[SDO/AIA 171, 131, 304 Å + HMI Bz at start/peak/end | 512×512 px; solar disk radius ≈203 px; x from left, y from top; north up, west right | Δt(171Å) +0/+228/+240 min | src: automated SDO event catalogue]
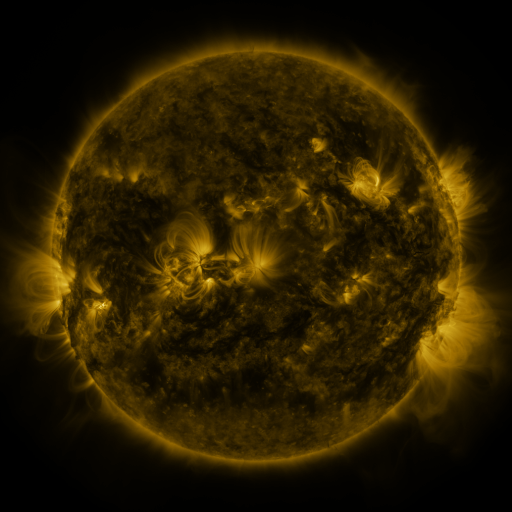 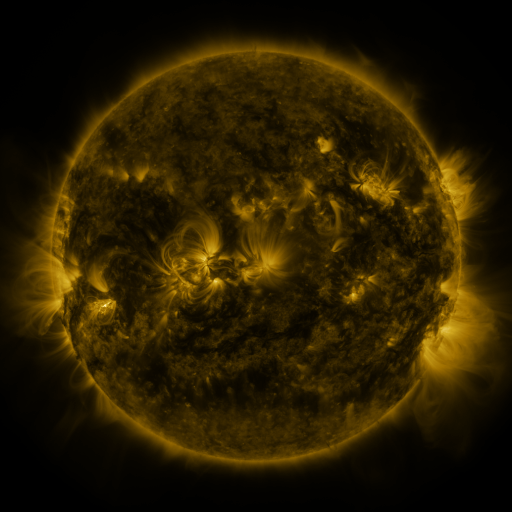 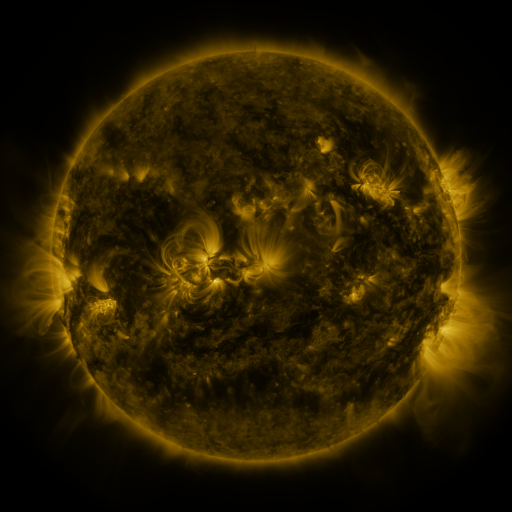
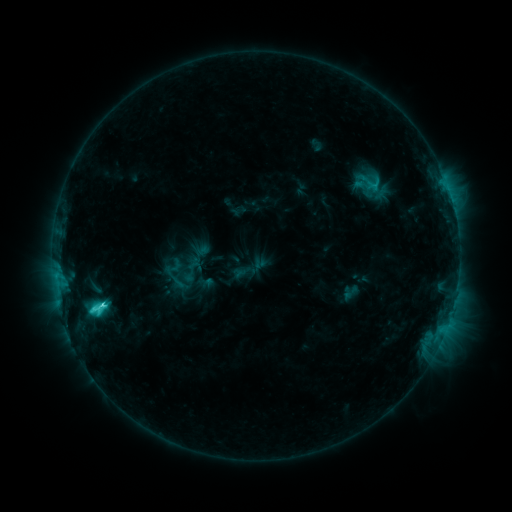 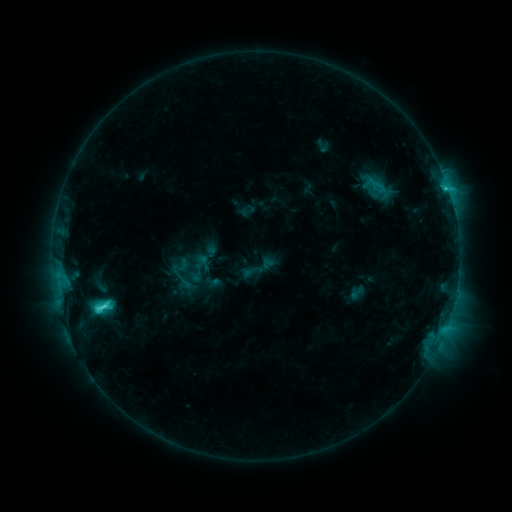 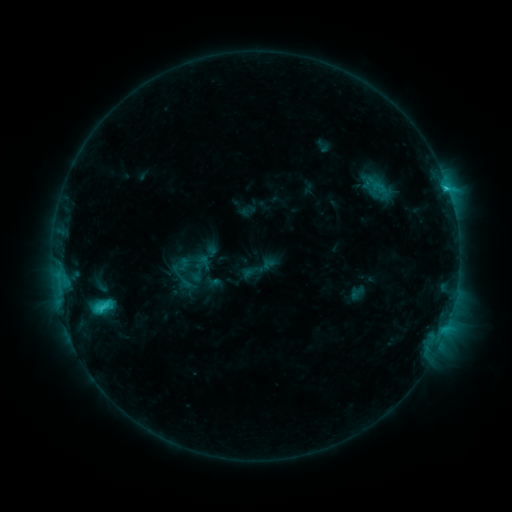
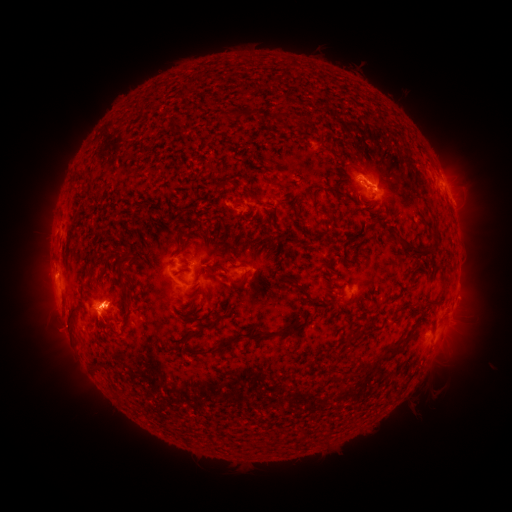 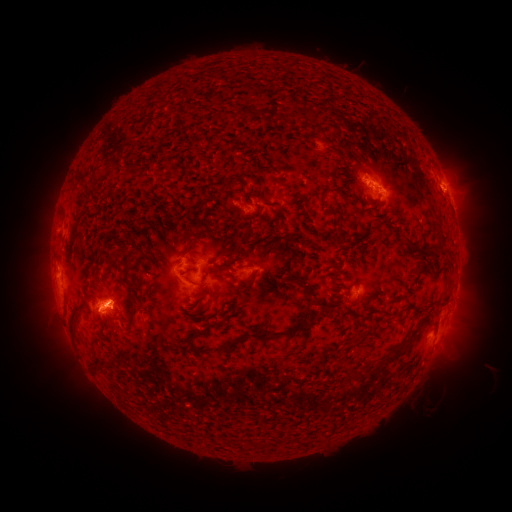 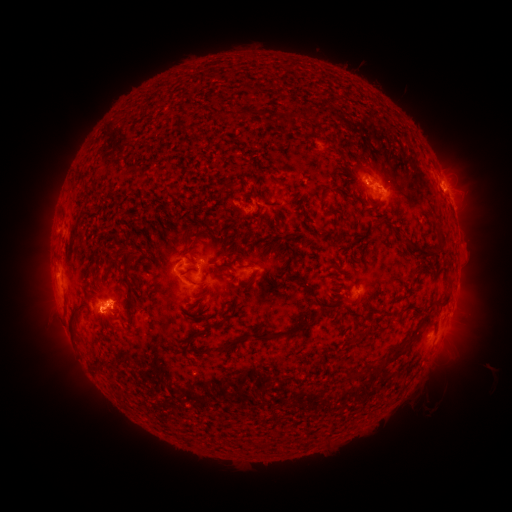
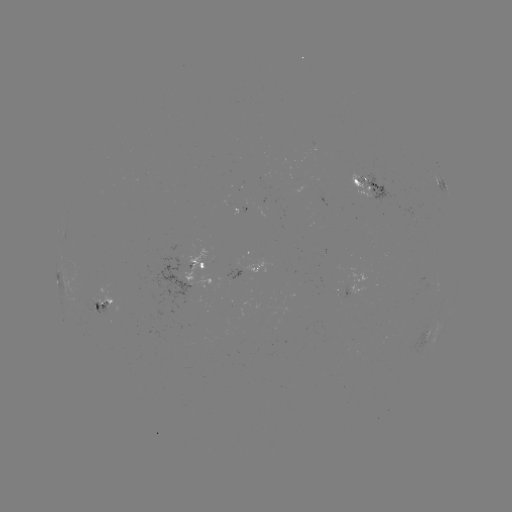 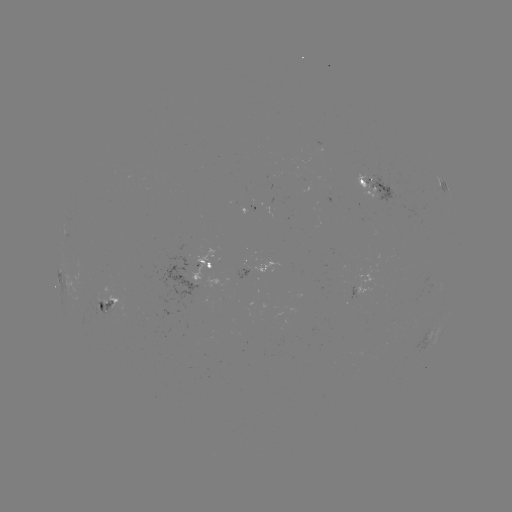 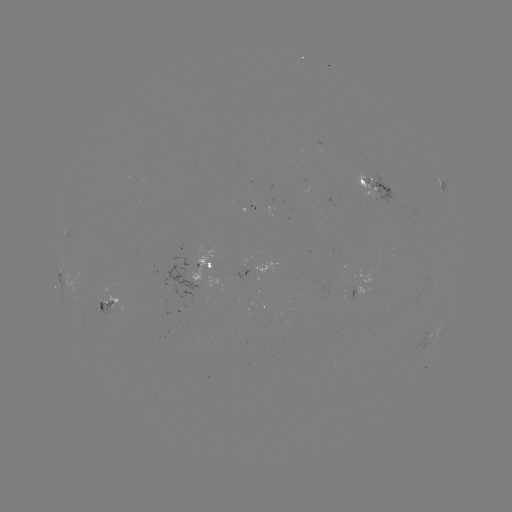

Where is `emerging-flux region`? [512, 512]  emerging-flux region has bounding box [236, 201, 248, 214].